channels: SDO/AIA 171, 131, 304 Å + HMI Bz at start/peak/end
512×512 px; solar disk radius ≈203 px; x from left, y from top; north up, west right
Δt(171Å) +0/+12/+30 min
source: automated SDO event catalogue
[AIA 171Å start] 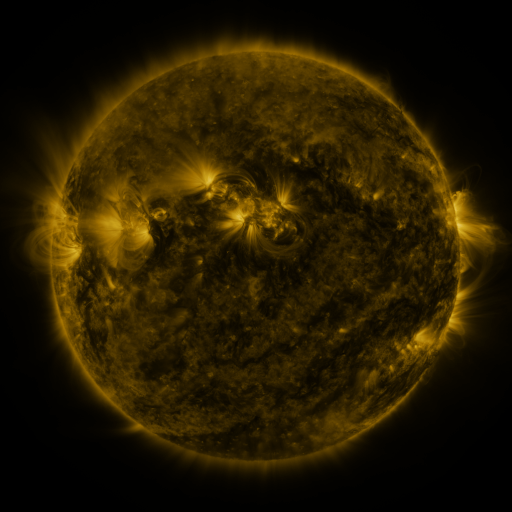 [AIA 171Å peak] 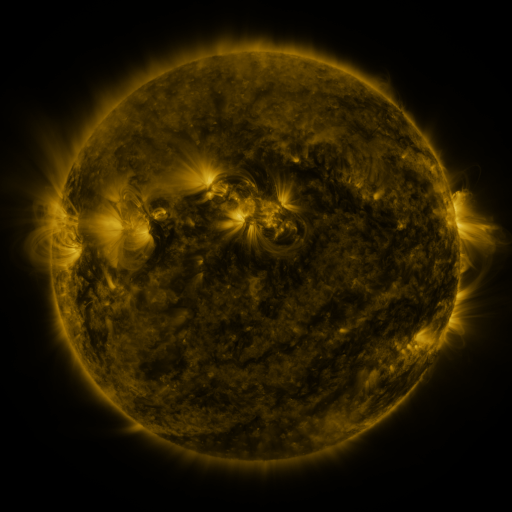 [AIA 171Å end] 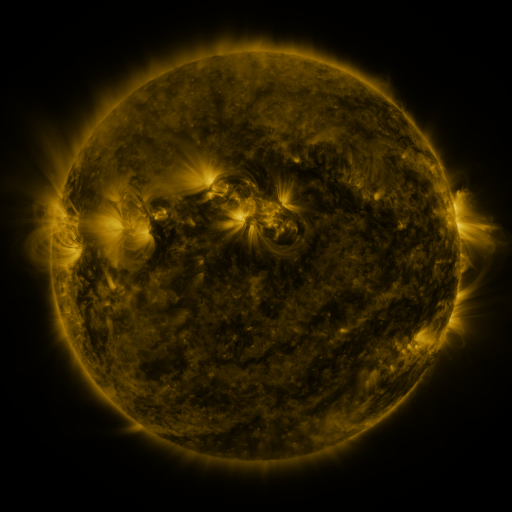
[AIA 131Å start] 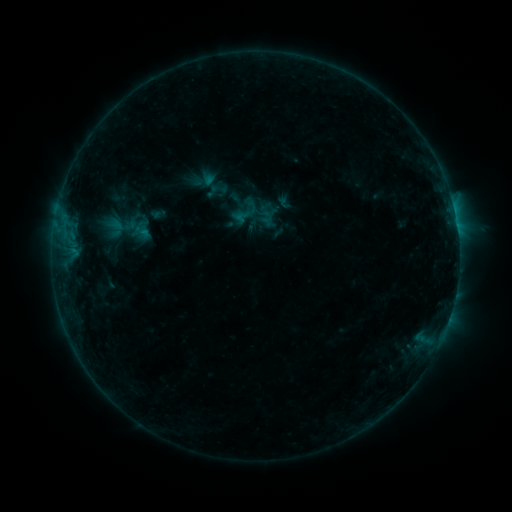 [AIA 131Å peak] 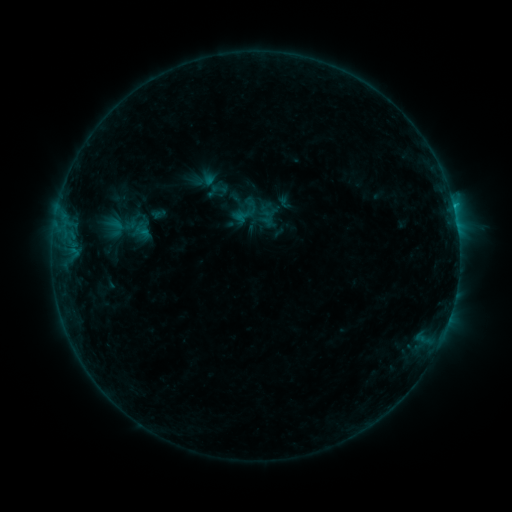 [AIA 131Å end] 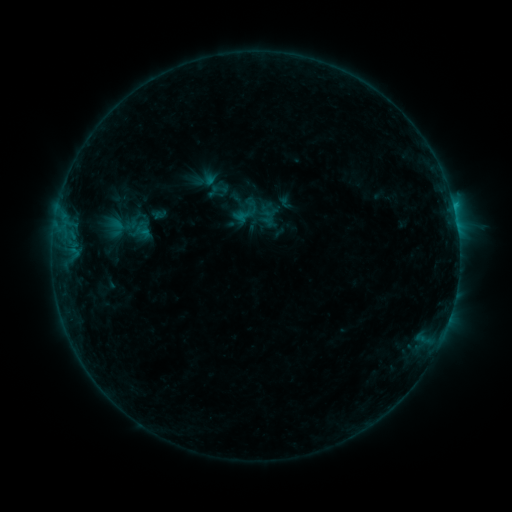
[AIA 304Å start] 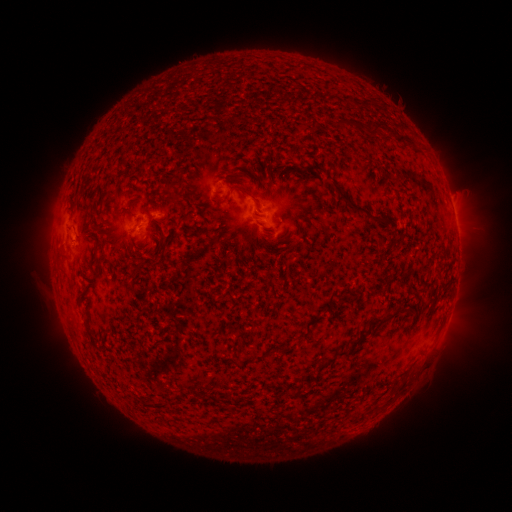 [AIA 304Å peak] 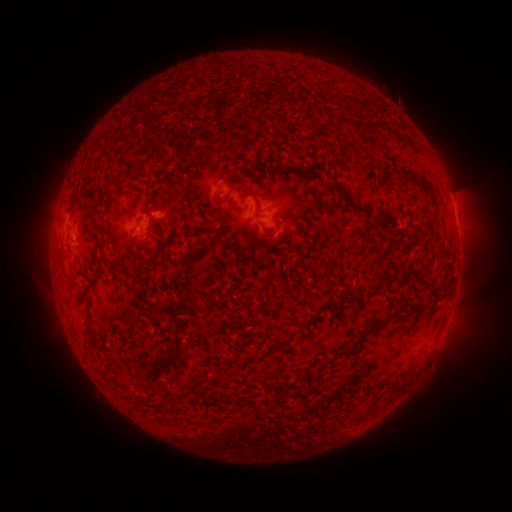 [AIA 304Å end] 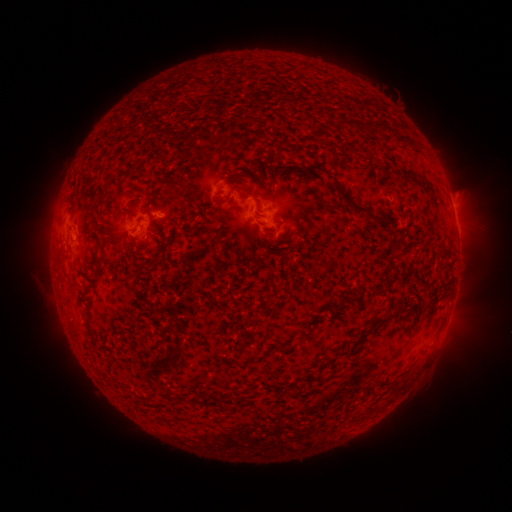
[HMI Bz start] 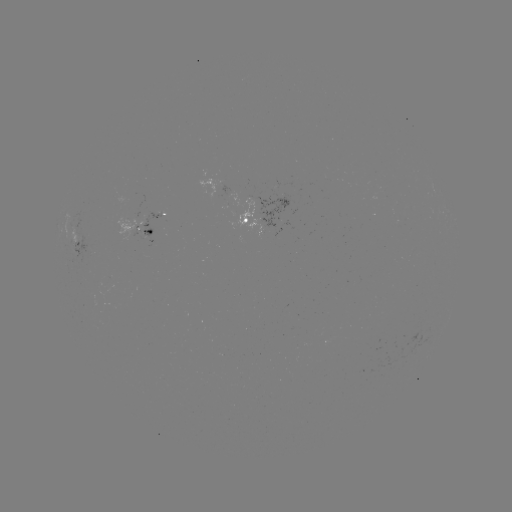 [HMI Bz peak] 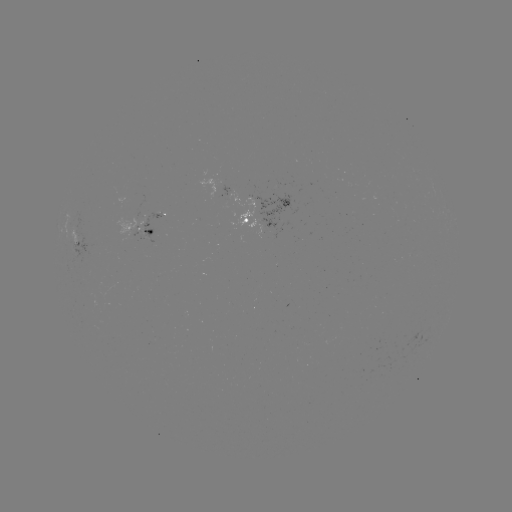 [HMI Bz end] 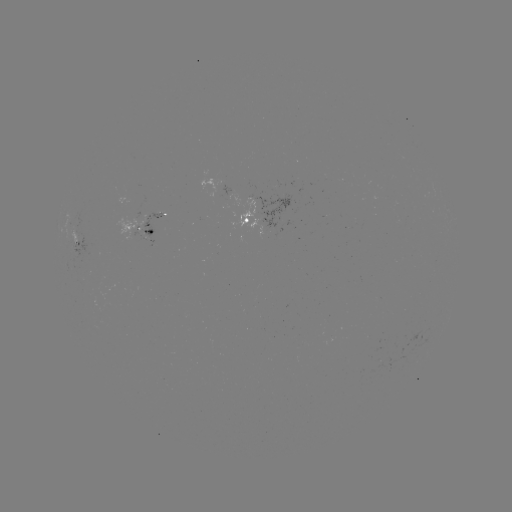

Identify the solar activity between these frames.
B5.6 flare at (451, 211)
